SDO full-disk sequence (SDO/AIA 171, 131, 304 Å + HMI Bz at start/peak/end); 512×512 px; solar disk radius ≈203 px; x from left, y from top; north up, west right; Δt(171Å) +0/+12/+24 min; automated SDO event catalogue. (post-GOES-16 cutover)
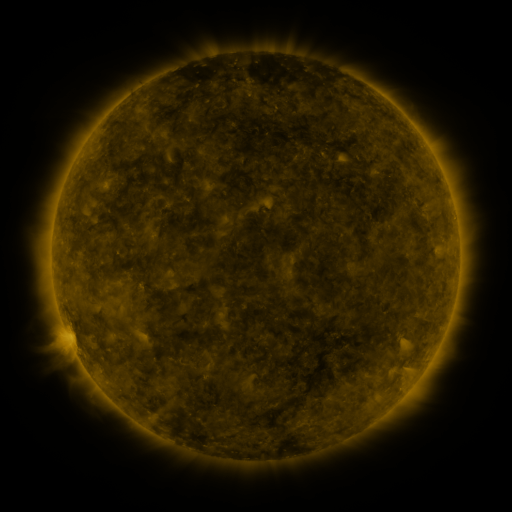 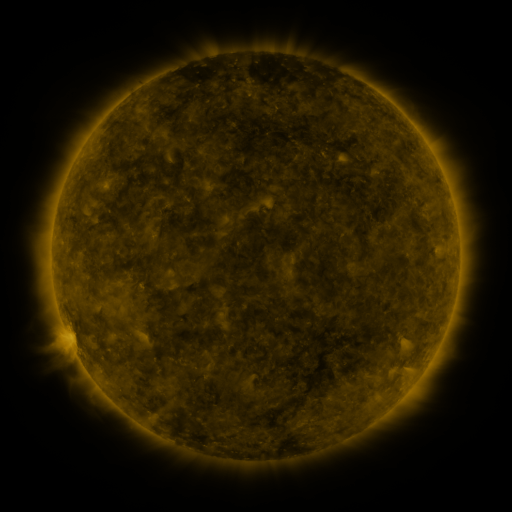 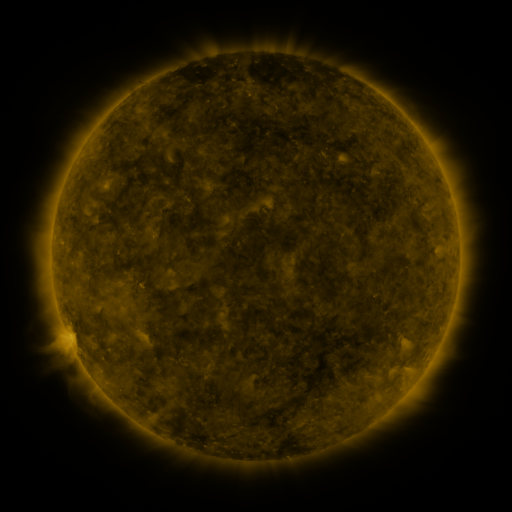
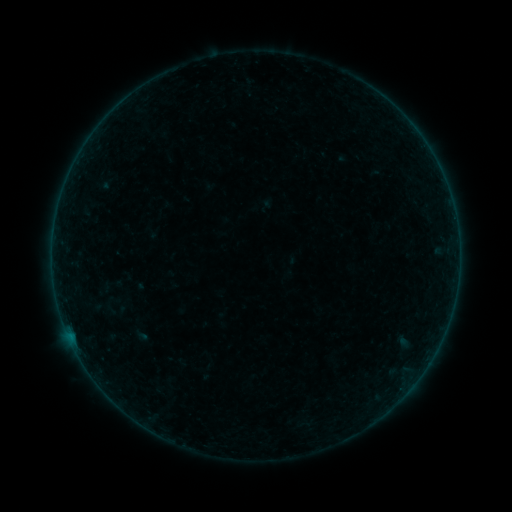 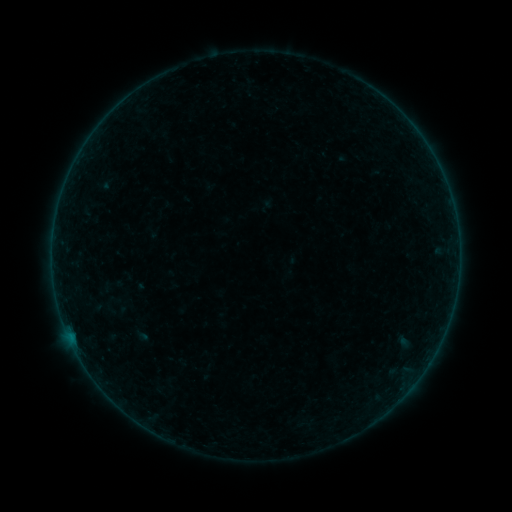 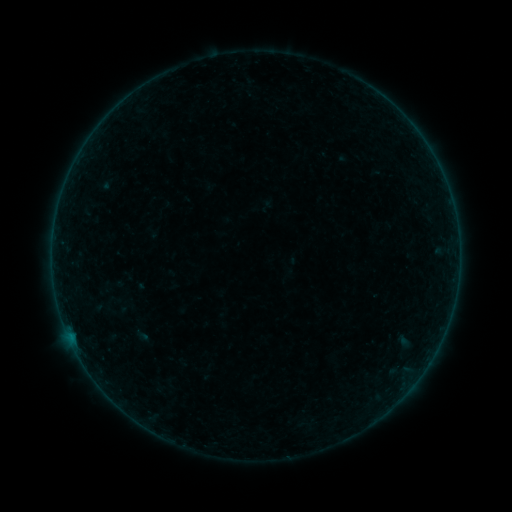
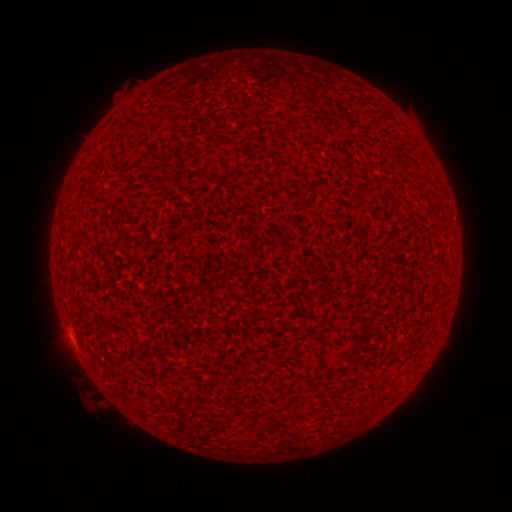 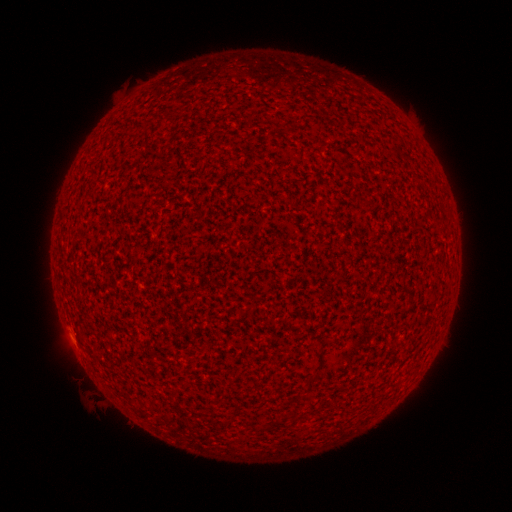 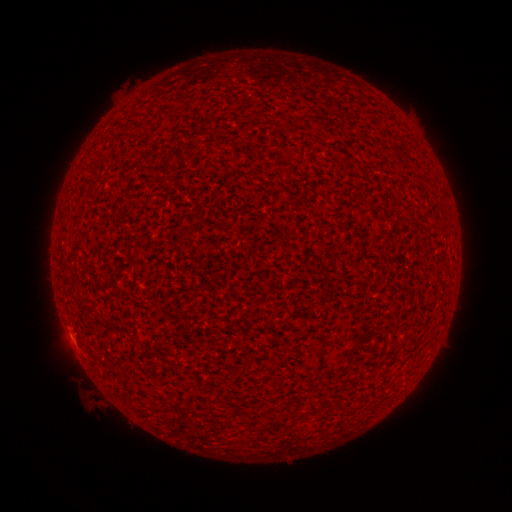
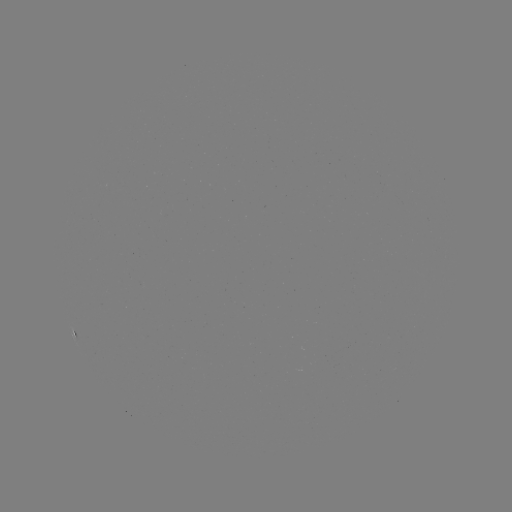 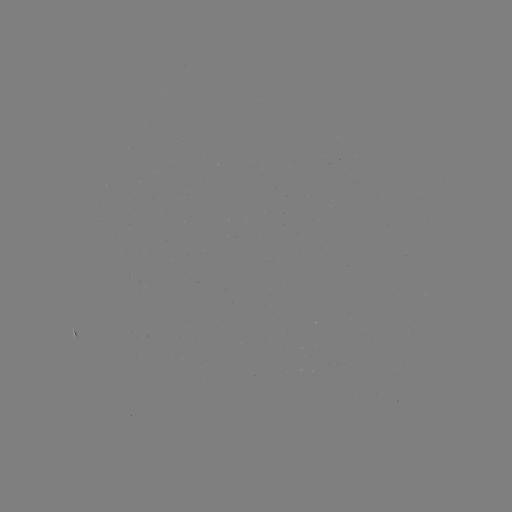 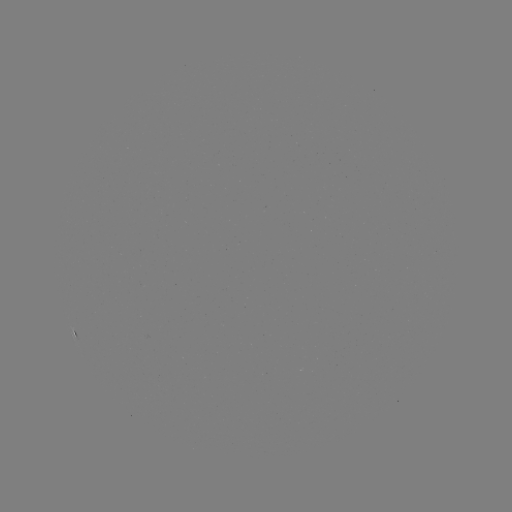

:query A3.9 flare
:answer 71,340